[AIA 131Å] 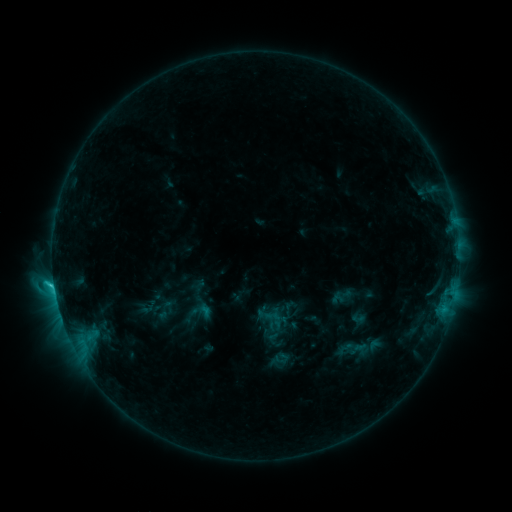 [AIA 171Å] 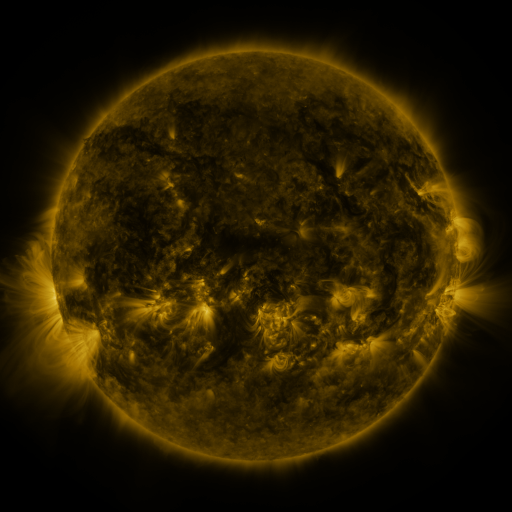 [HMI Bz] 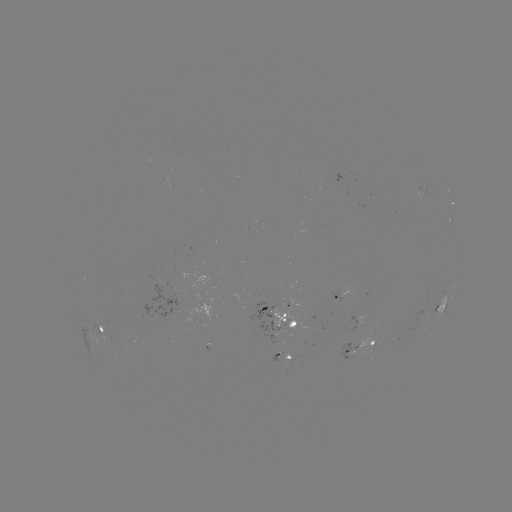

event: sigmoid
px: (270, 312)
